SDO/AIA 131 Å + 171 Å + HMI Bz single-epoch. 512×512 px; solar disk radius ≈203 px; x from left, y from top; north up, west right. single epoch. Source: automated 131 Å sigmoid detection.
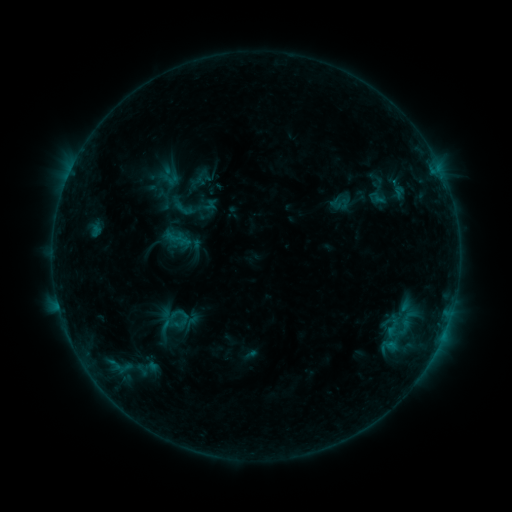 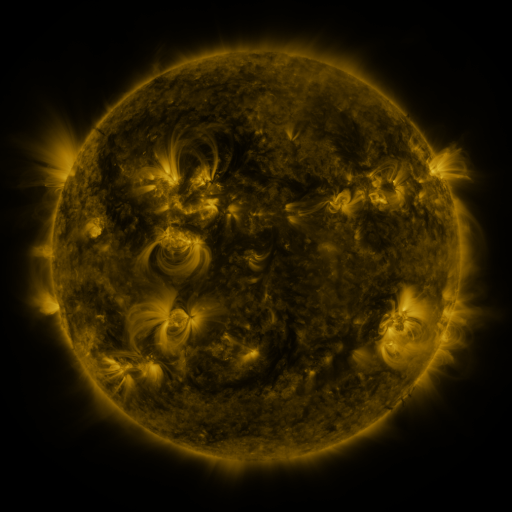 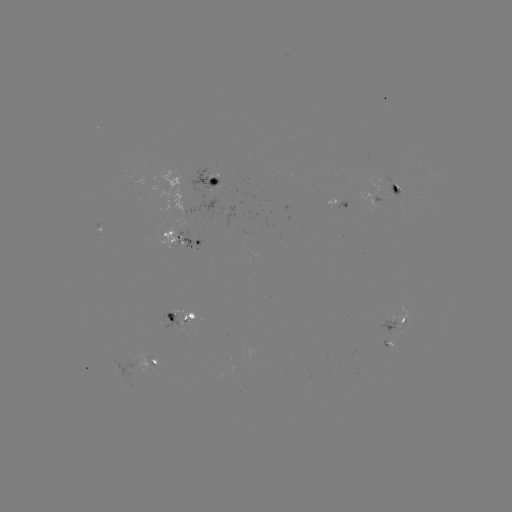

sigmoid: [173, 197, 194, 220]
